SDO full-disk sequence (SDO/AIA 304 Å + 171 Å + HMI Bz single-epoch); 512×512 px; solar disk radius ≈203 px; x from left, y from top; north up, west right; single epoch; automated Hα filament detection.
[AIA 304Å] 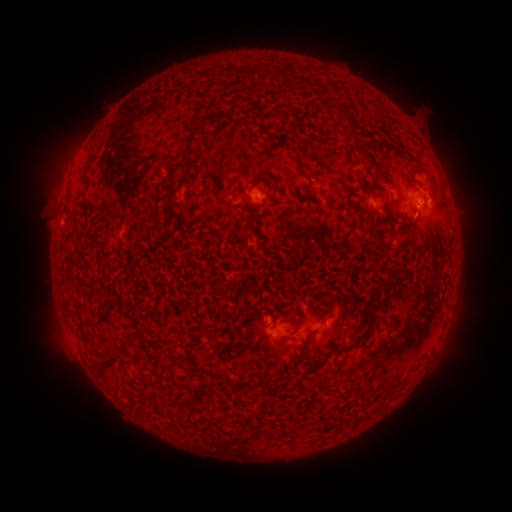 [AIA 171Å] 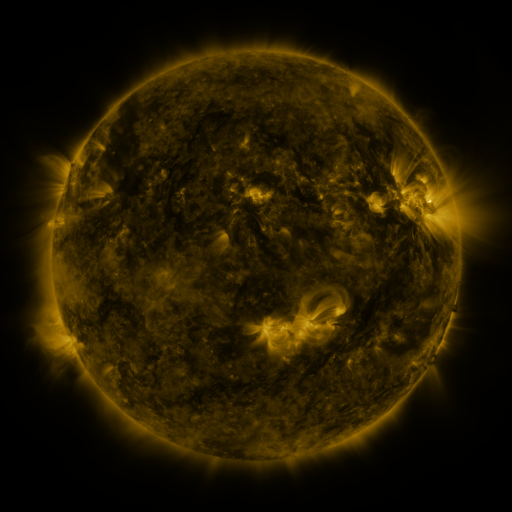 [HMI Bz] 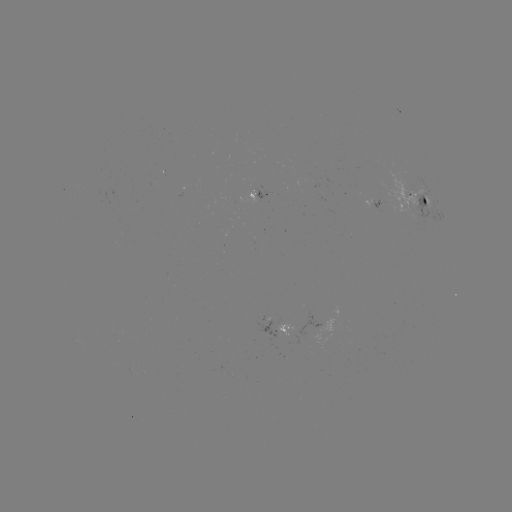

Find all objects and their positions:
filament: (251, 74)
filament: (284, 74)
filament: (193, 127)
filament: (357, 142)
filament: (185, 156)
filament: (88, 180)
filament: (407, 233)
filament: (222, 290)
filament: (319, 297)
filament: (373, 311)
filament: (338, 351)
filament: (294, 362)
filament: (208, 393)
filament: (187, 404)
